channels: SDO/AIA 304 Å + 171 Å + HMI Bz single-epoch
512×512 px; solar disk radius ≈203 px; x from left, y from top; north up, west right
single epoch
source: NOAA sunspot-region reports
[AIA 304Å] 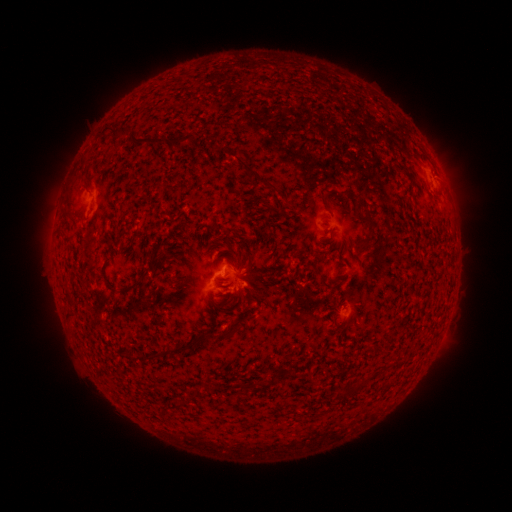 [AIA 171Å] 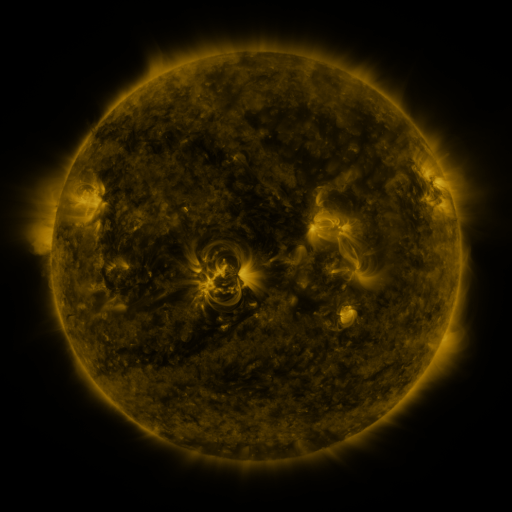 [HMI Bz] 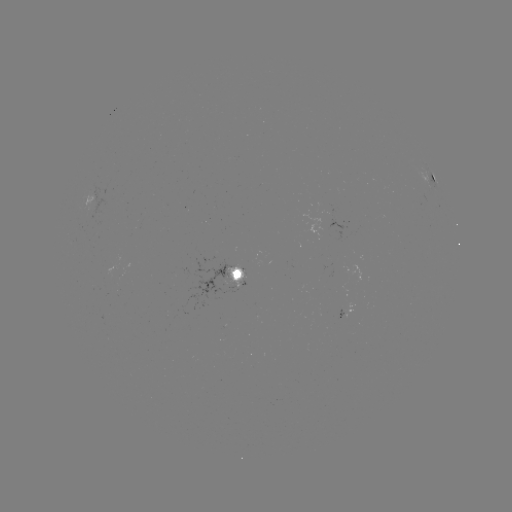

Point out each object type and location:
spotted active region: (433, 177)
spotted active region: (231, 273)
spotted active region: (347, 312)
